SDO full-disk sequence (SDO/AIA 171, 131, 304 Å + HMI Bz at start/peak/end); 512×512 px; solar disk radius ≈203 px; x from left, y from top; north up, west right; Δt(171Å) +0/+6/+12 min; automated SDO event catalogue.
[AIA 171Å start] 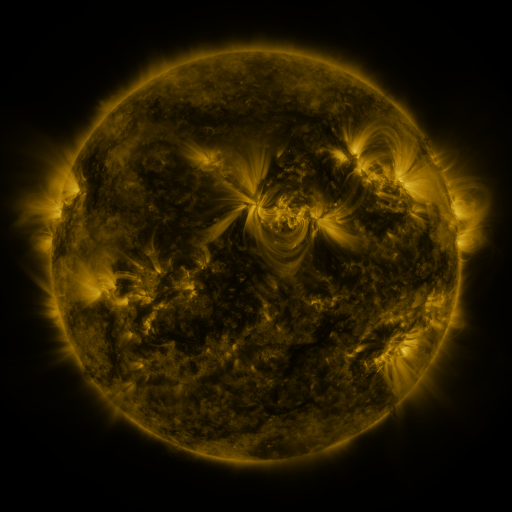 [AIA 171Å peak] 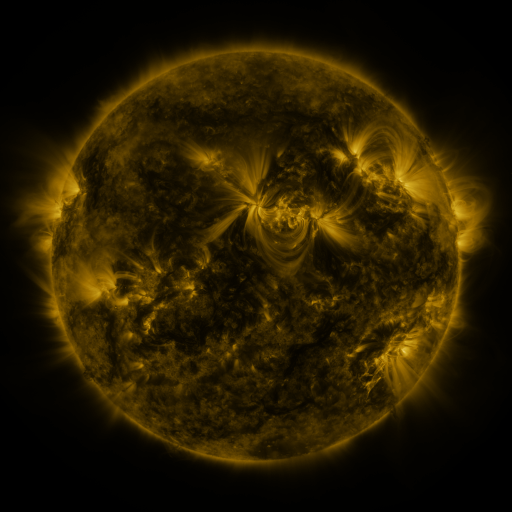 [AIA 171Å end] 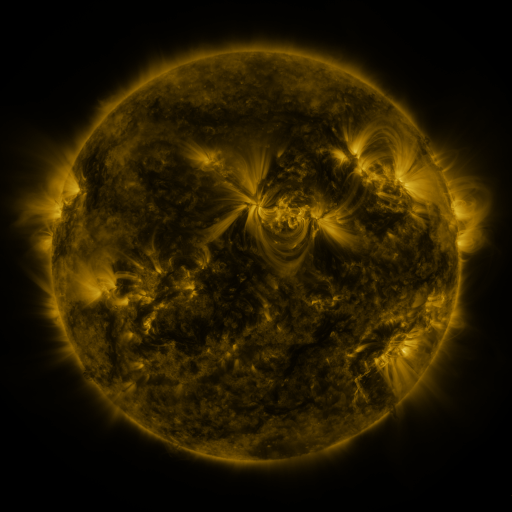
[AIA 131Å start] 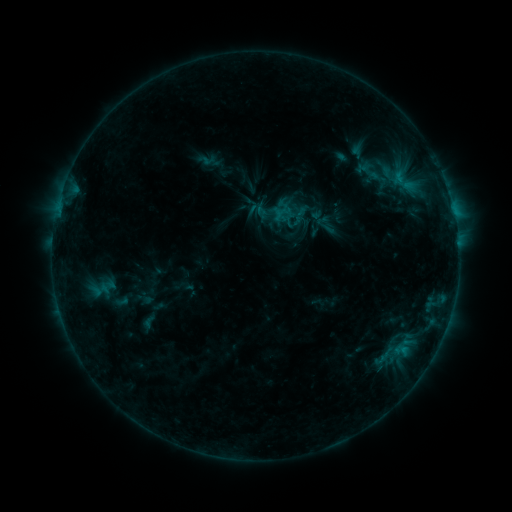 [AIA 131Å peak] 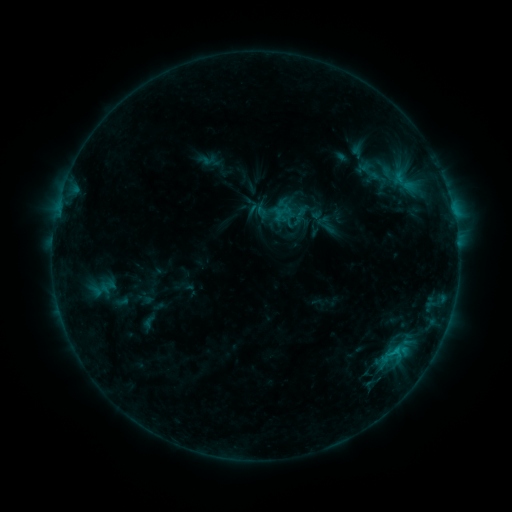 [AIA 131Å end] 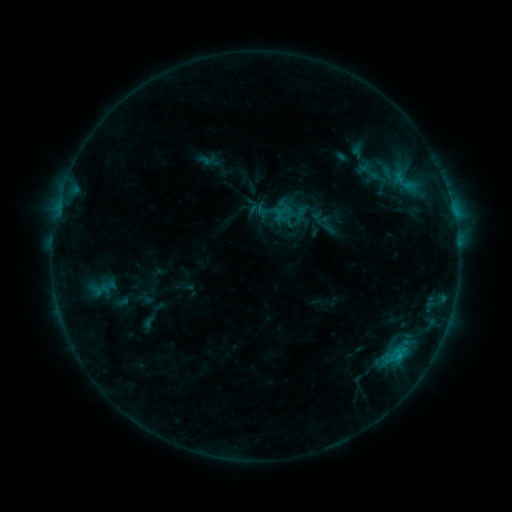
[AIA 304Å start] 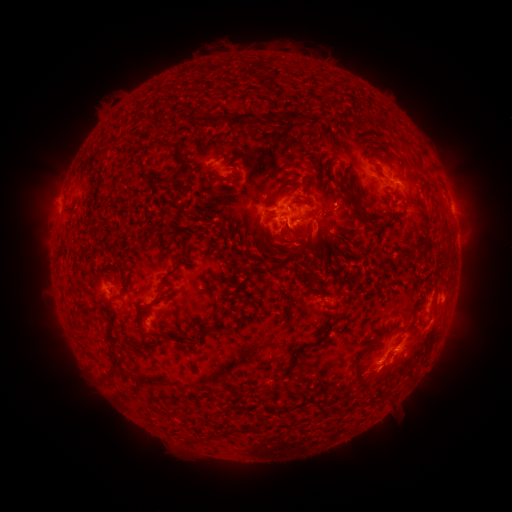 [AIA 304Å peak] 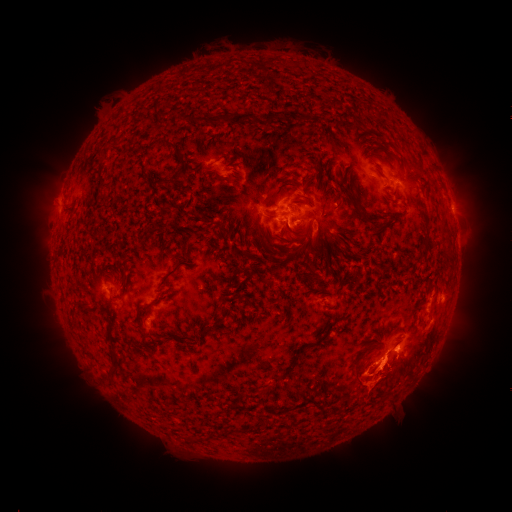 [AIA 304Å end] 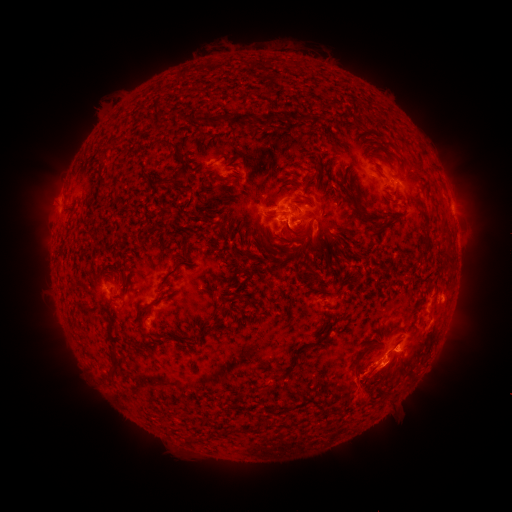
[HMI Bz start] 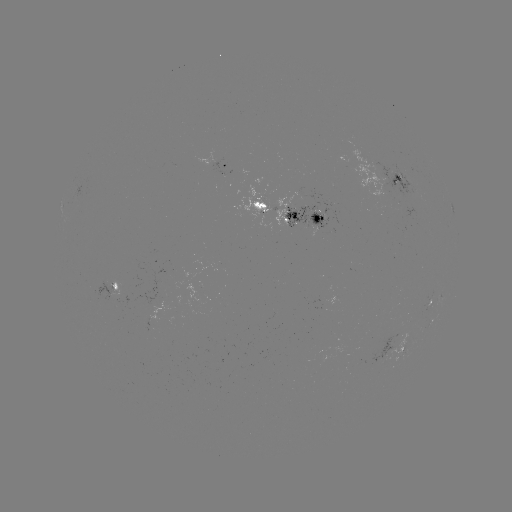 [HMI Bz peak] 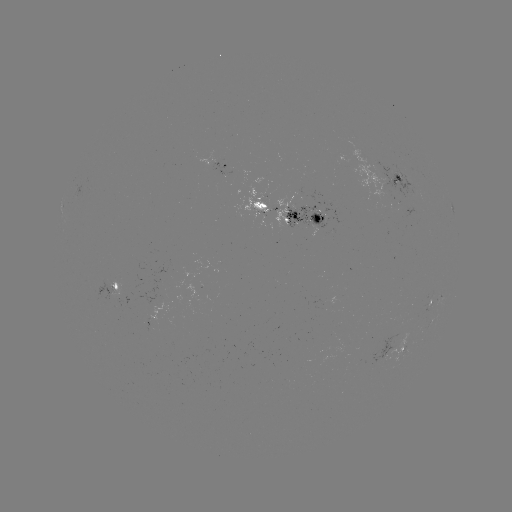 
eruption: [315, 362, 341, 405]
